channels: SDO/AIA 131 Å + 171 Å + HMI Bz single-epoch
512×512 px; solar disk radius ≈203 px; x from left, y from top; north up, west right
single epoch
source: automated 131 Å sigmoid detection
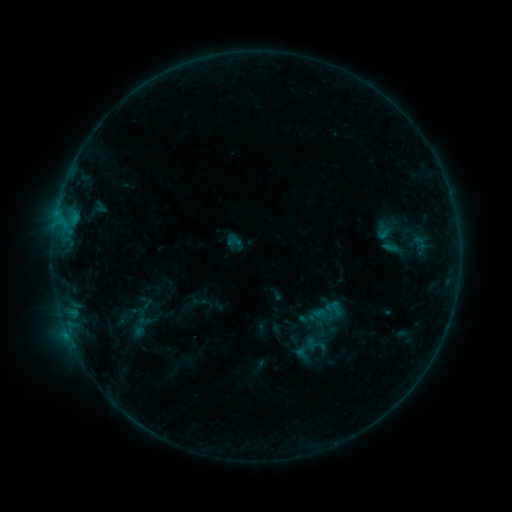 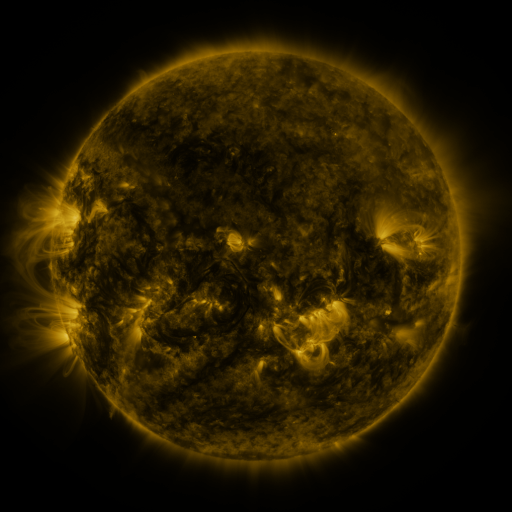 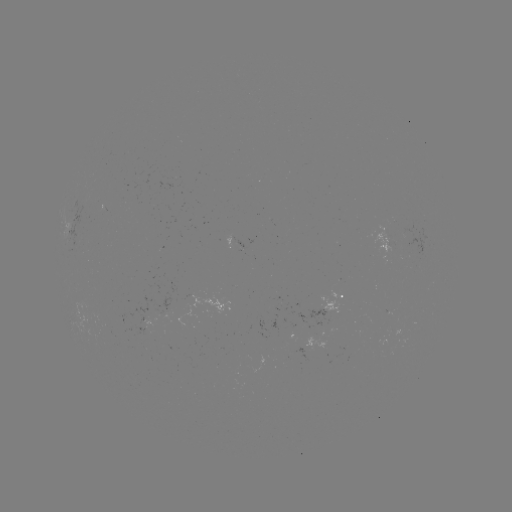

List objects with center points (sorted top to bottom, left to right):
sigmoid: [227, 233, 243, 249]
sigmoid: [291, 333, 322, 364]
